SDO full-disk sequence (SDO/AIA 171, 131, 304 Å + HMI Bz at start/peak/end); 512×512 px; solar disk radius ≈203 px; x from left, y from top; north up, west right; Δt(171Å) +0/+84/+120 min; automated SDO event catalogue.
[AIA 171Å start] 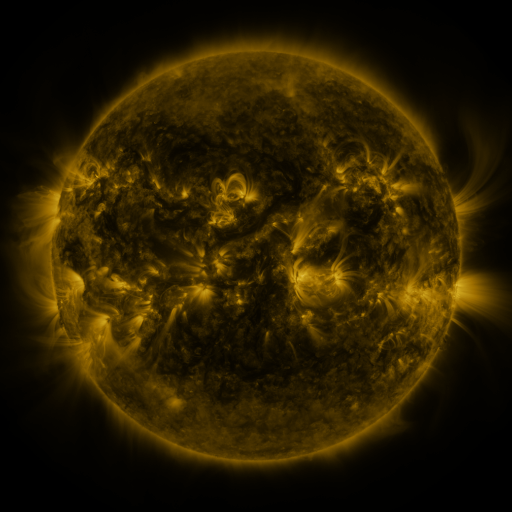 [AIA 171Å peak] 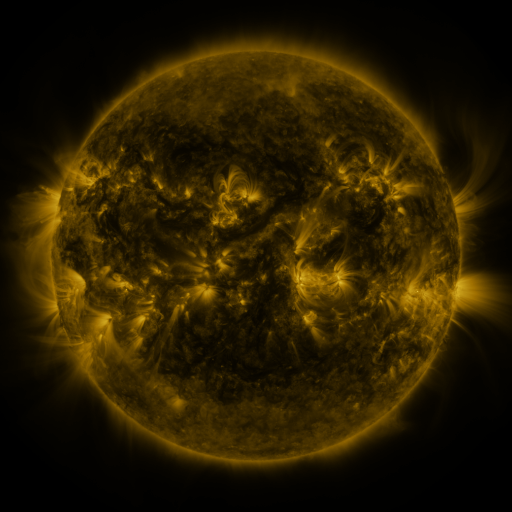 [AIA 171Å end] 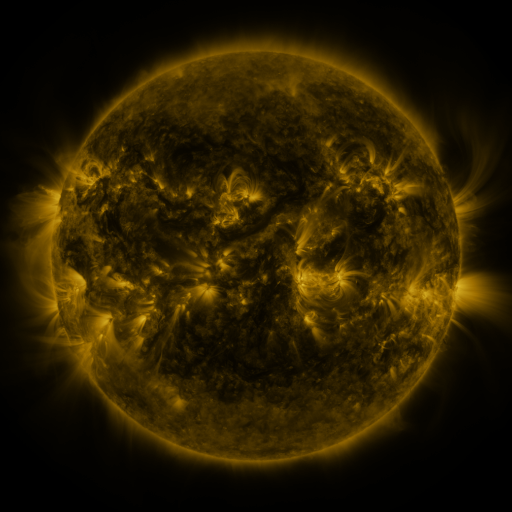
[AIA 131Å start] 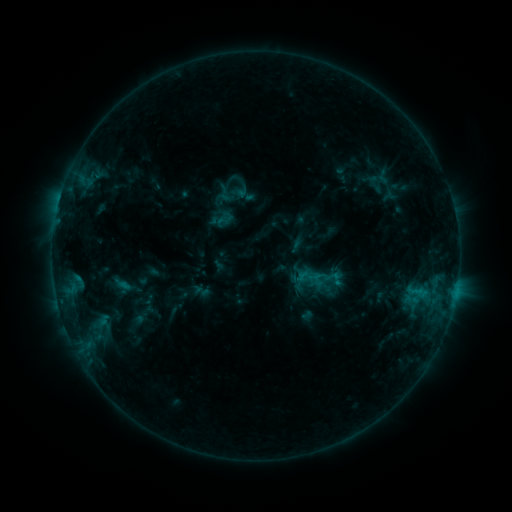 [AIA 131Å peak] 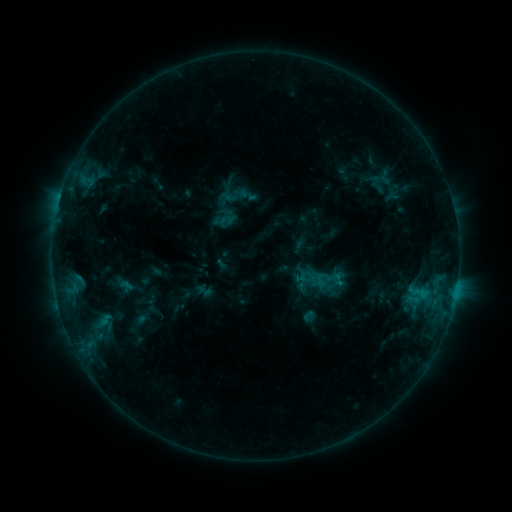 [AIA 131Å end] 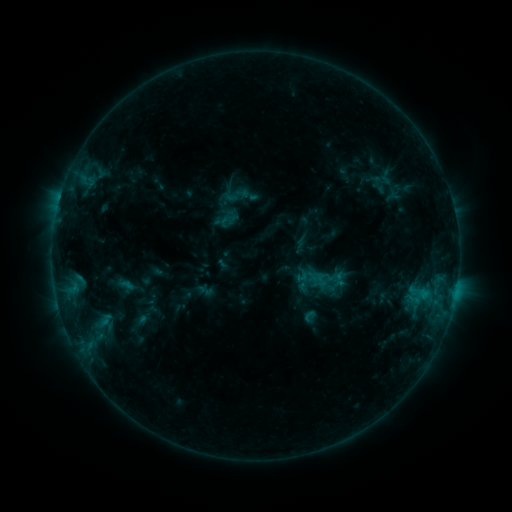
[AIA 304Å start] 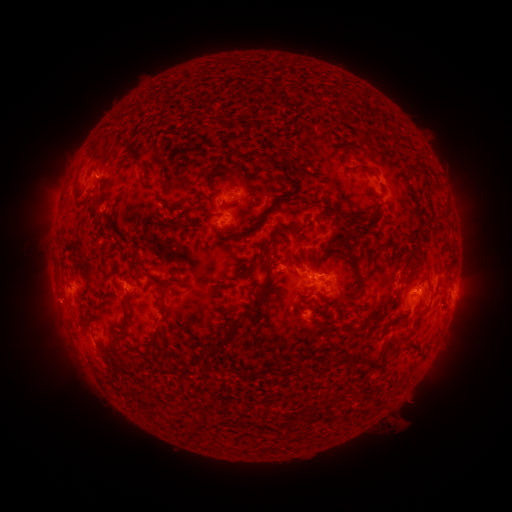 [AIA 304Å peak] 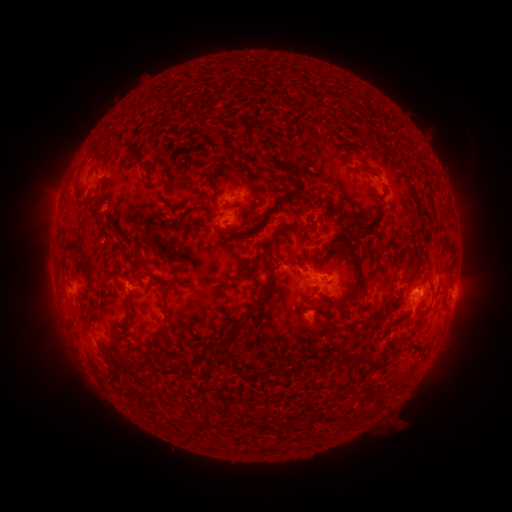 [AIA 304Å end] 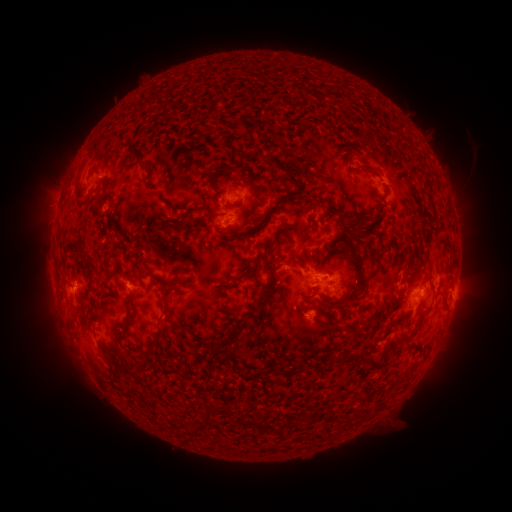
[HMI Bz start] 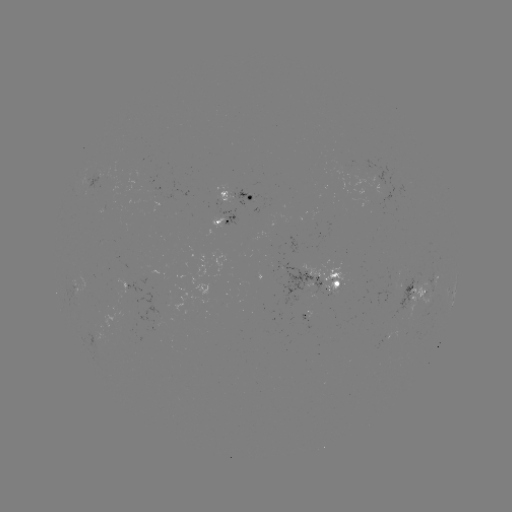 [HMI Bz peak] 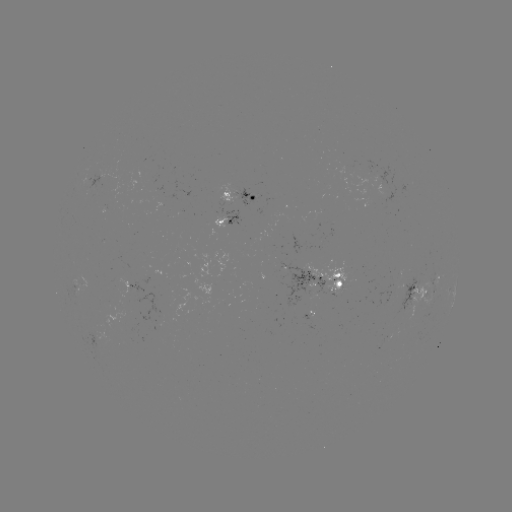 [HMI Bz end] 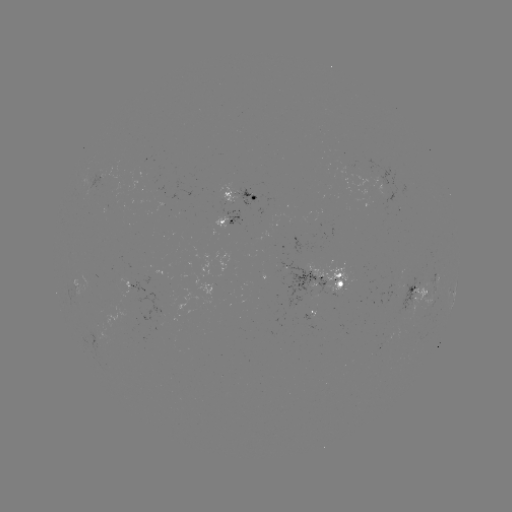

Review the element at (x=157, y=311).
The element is emerging-flux region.